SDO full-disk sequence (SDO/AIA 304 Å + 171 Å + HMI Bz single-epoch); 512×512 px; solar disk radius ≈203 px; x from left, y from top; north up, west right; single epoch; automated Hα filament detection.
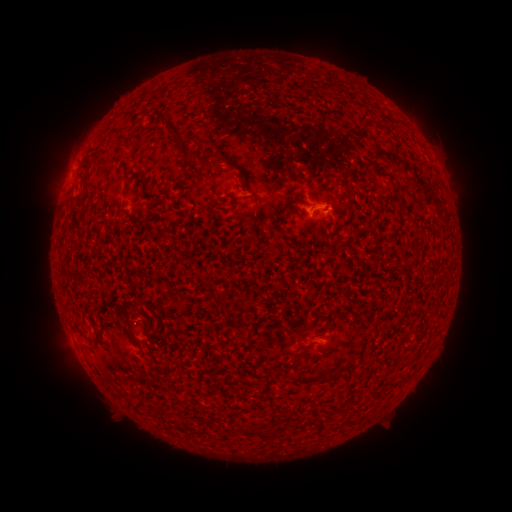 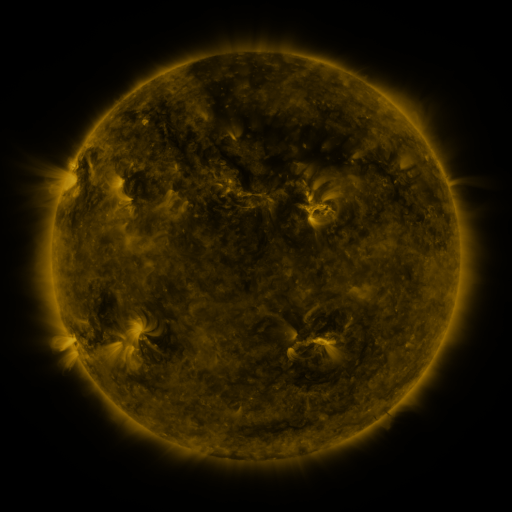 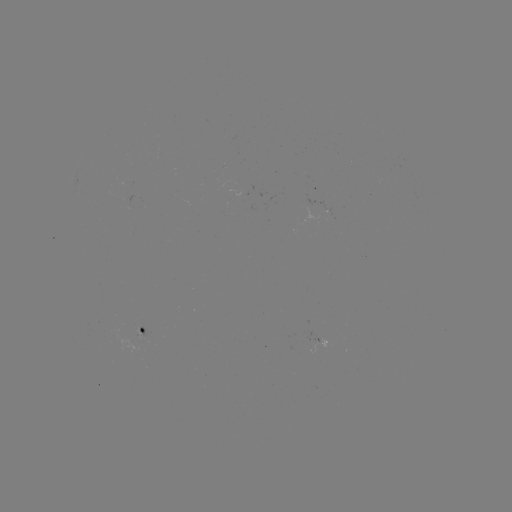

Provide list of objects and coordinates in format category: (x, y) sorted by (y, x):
filament: (159, 115)
filament: (177, 131)
filament: (193, 156)
filament: (215, 162)
filament: (292, 202)
filament: (400, 204)
filament: (319, 207)
filament: (406, 214)
filament: (101, 341)
filament: (347, 368)
filament: (334, 375)
filament: (311, 380)
filament: (258, 433)
